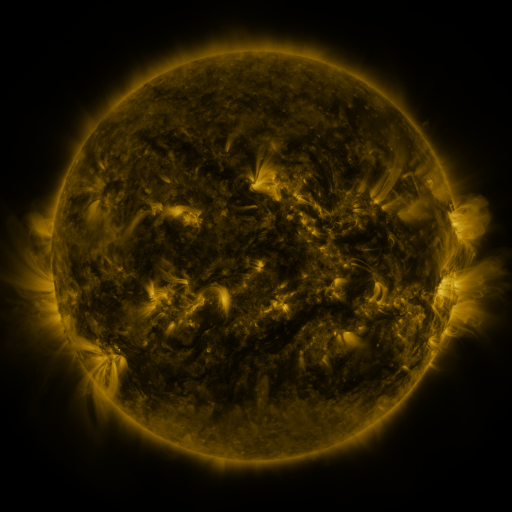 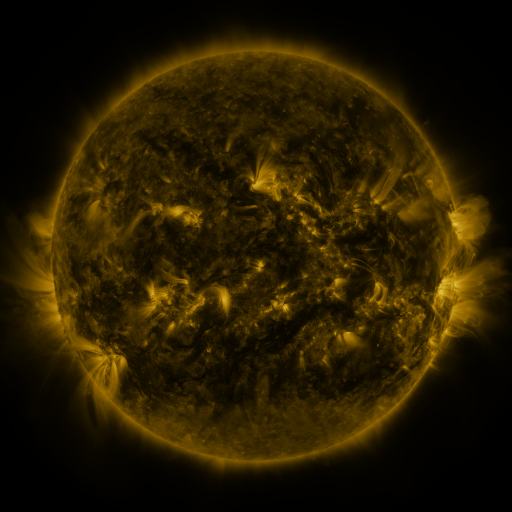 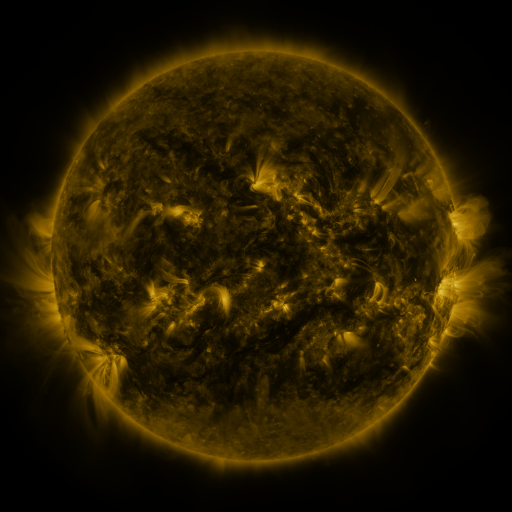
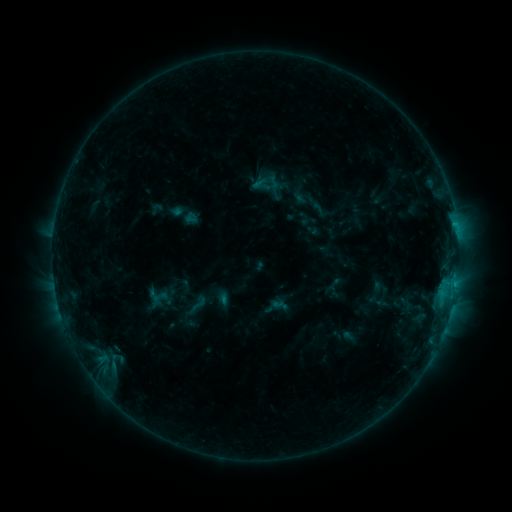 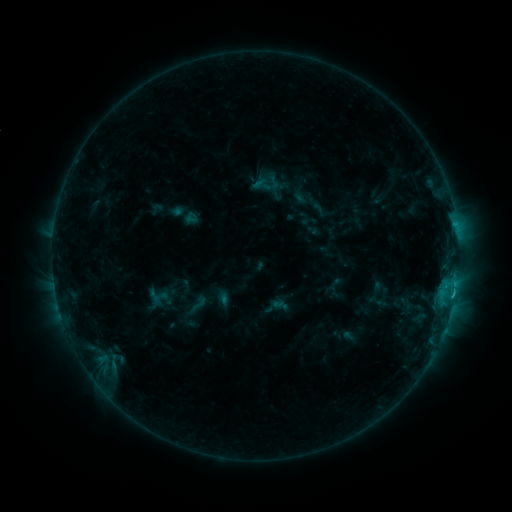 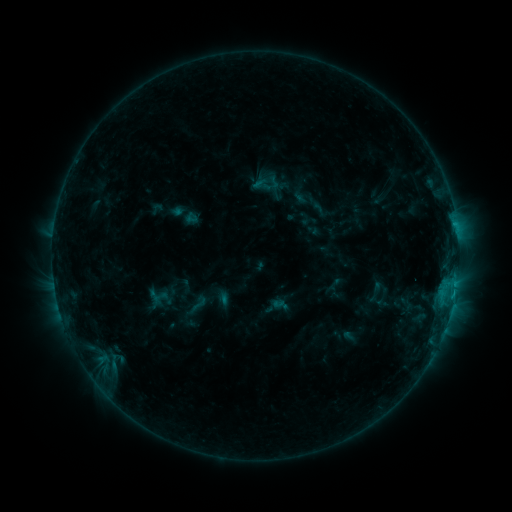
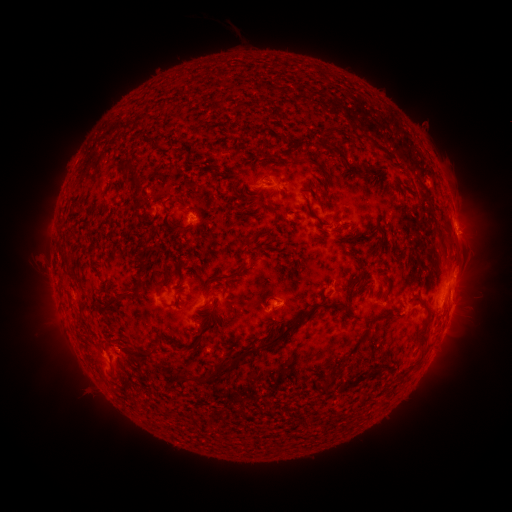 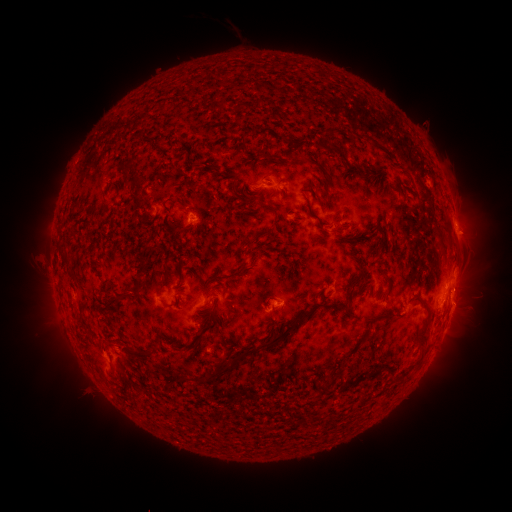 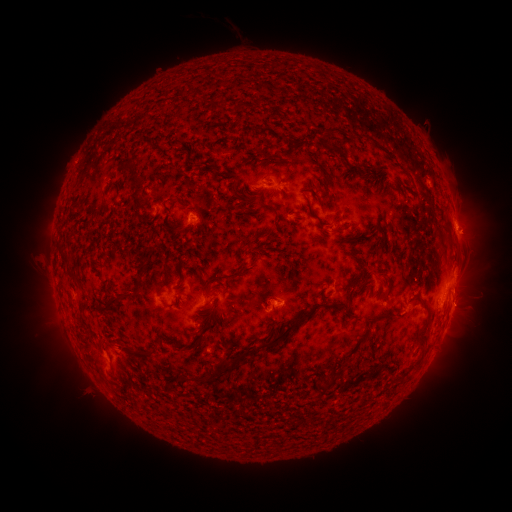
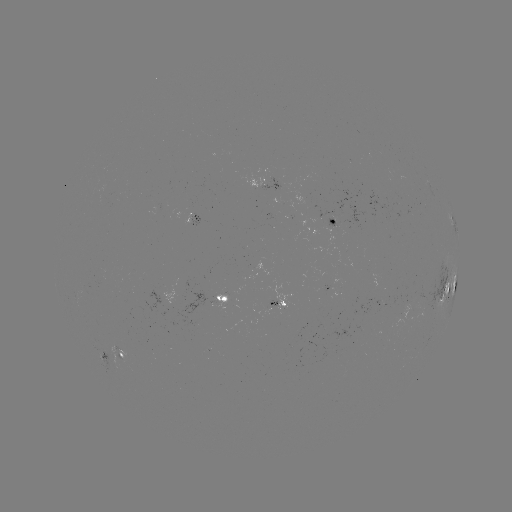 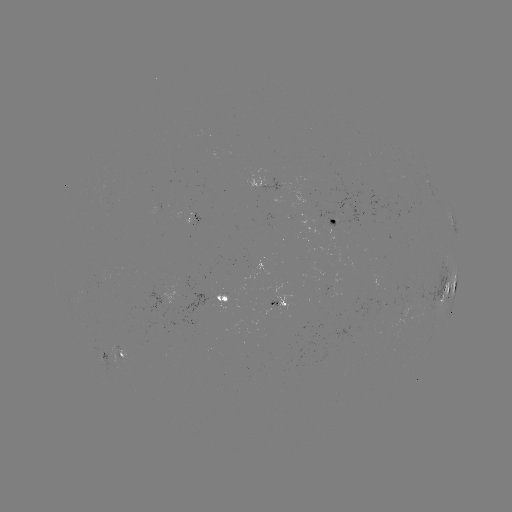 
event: flare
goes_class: C1.1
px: (453, 292)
